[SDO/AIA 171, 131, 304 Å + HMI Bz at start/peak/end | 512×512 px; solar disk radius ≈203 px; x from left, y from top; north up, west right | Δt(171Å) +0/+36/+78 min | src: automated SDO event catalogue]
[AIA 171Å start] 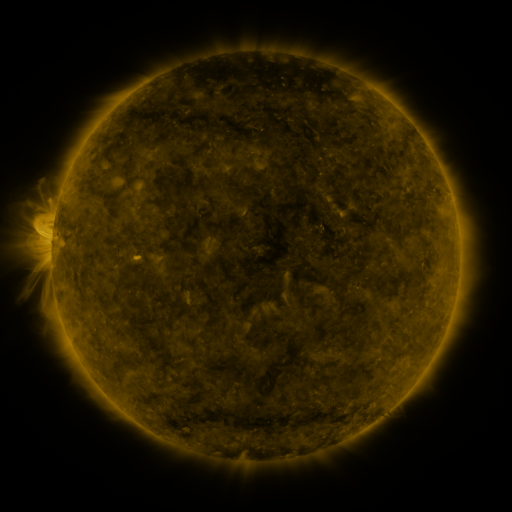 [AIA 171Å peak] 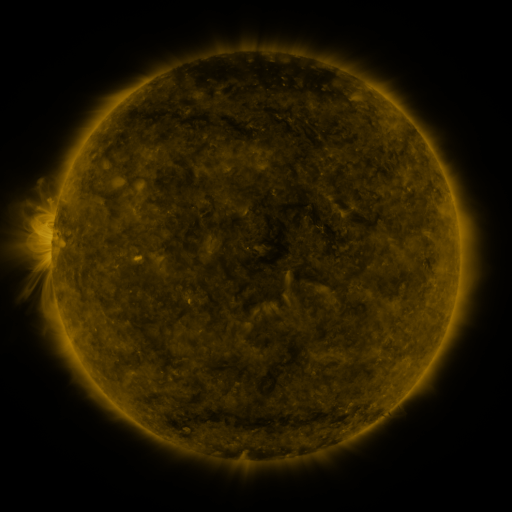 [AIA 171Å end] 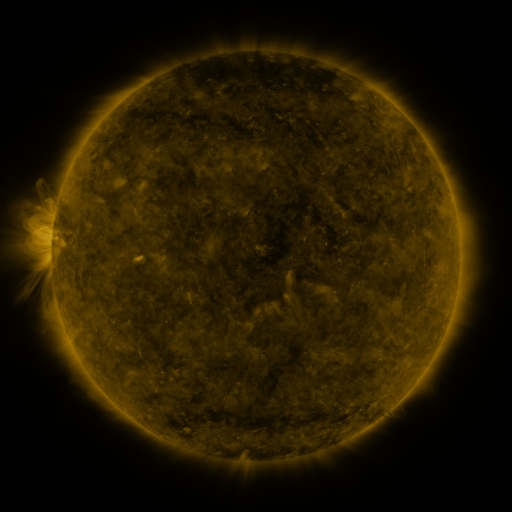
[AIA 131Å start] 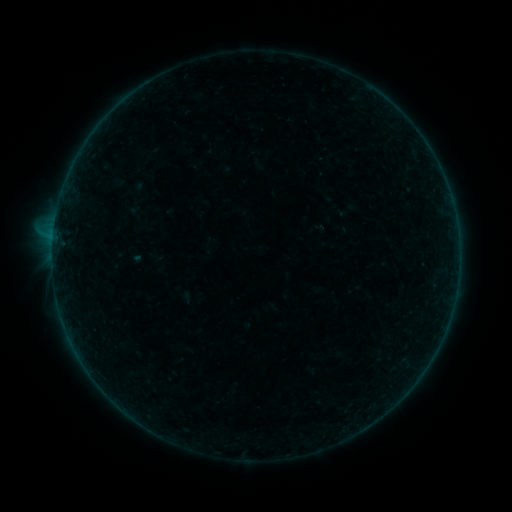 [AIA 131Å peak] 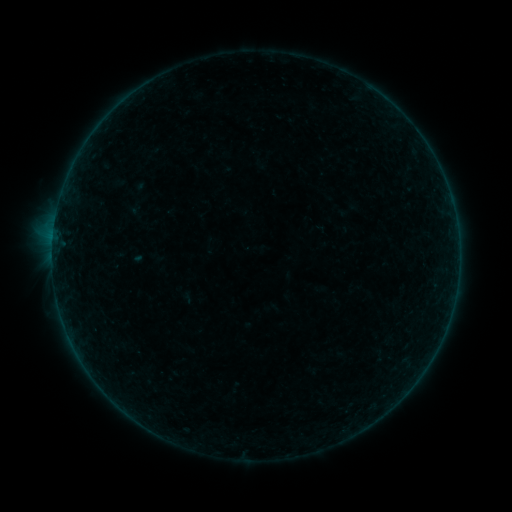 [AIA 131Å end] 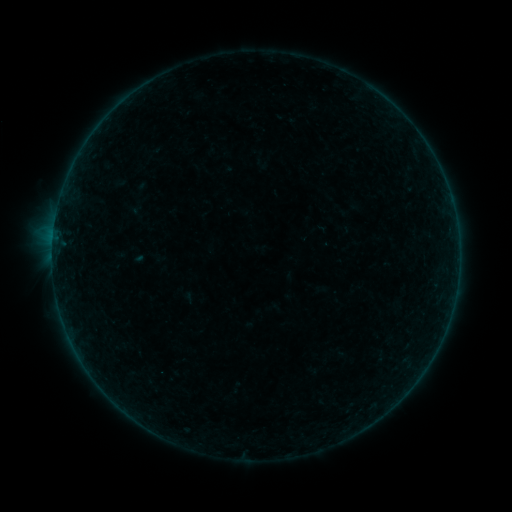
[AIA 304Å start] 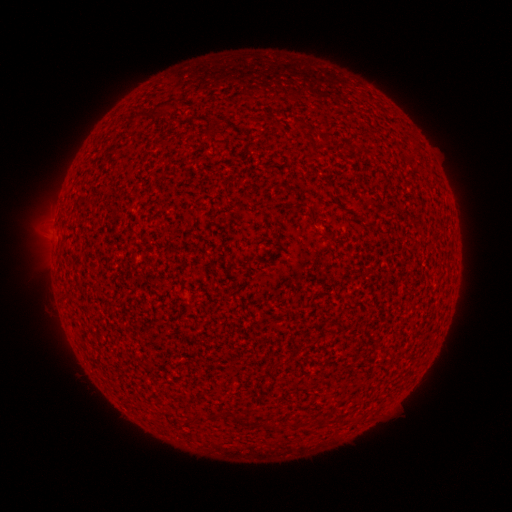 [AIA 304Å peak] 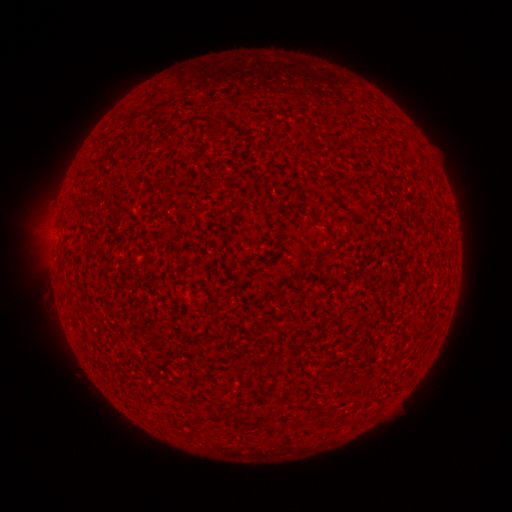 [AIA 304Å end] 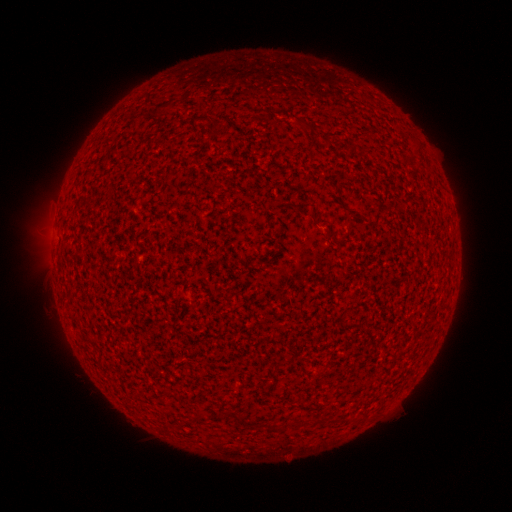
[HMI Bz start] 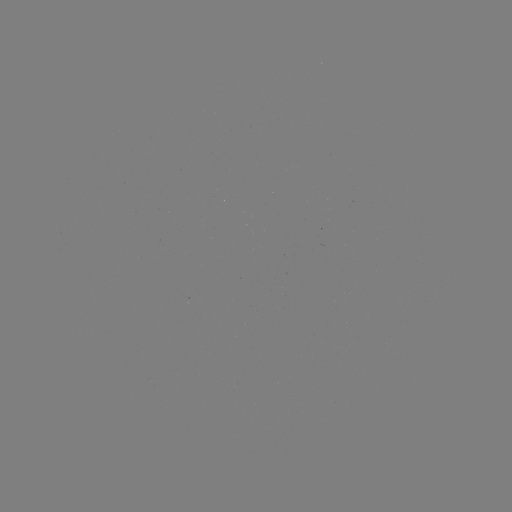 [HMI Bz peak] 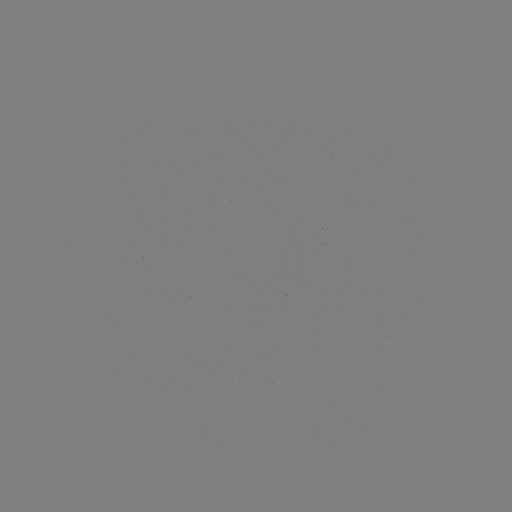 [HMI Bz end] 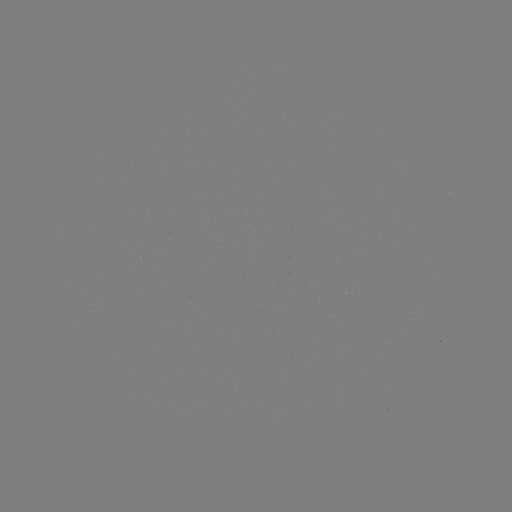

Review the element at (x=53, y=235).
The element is A7.4 flare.